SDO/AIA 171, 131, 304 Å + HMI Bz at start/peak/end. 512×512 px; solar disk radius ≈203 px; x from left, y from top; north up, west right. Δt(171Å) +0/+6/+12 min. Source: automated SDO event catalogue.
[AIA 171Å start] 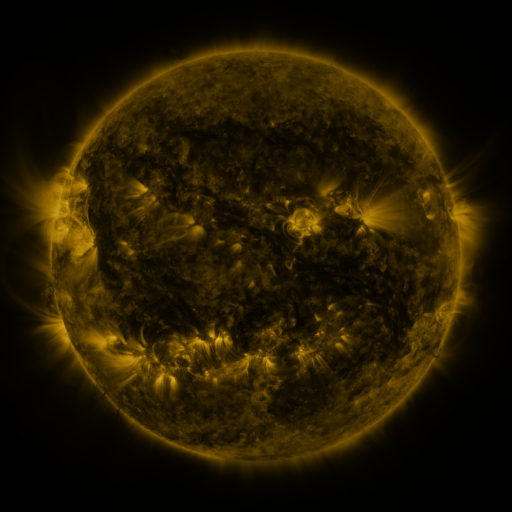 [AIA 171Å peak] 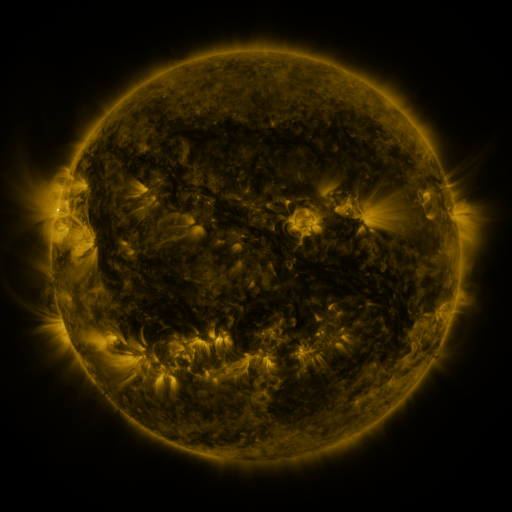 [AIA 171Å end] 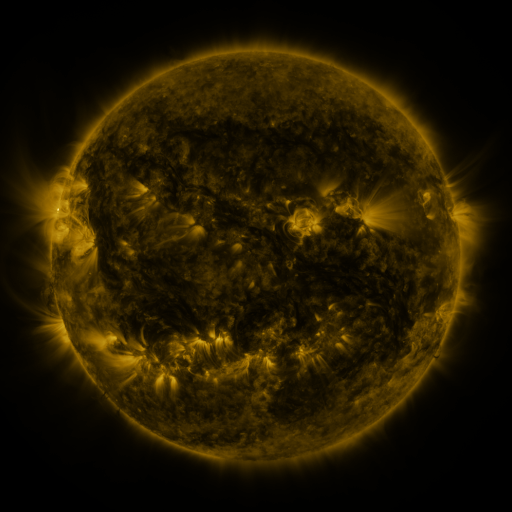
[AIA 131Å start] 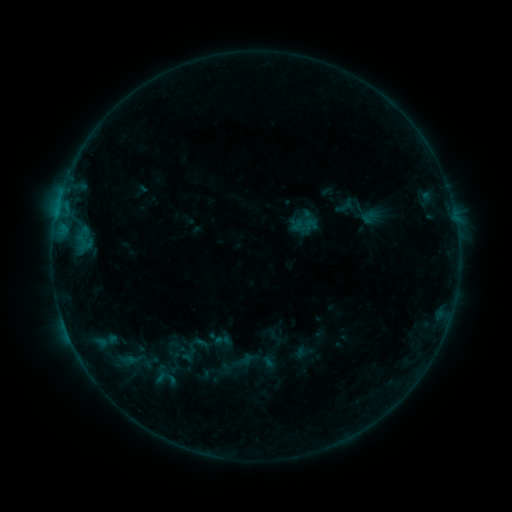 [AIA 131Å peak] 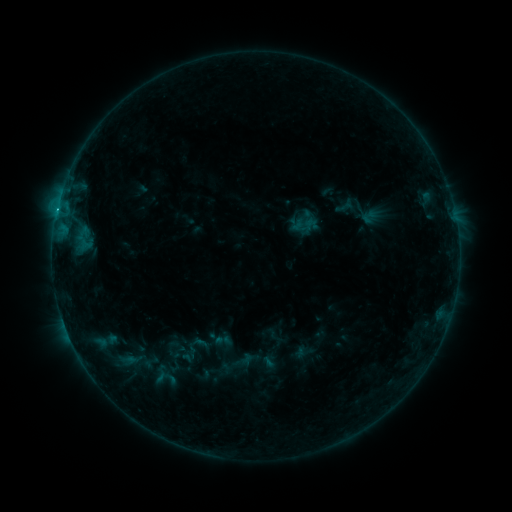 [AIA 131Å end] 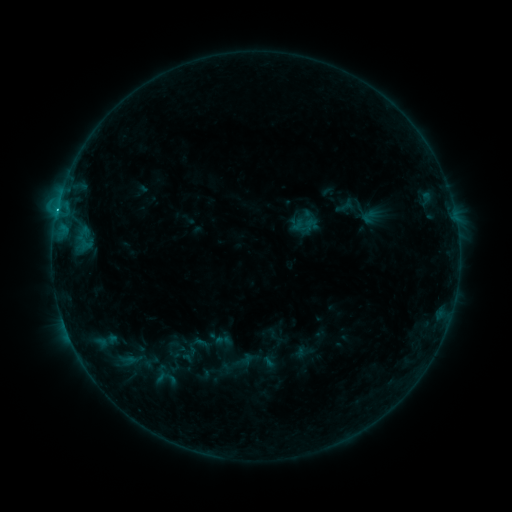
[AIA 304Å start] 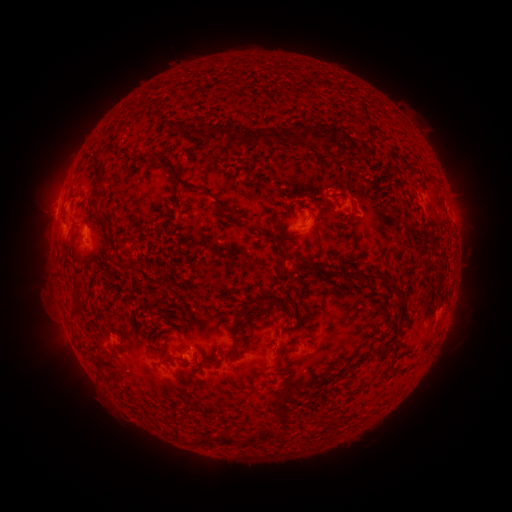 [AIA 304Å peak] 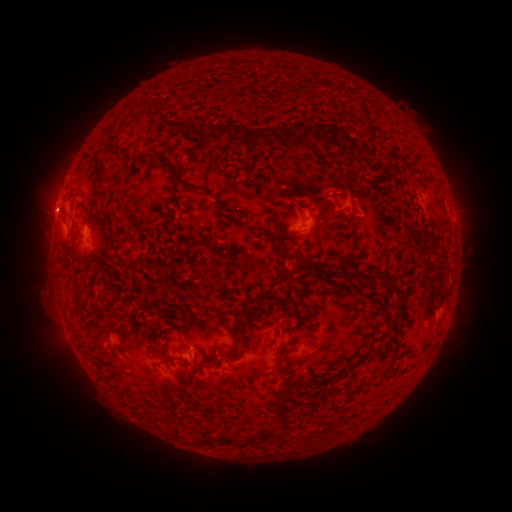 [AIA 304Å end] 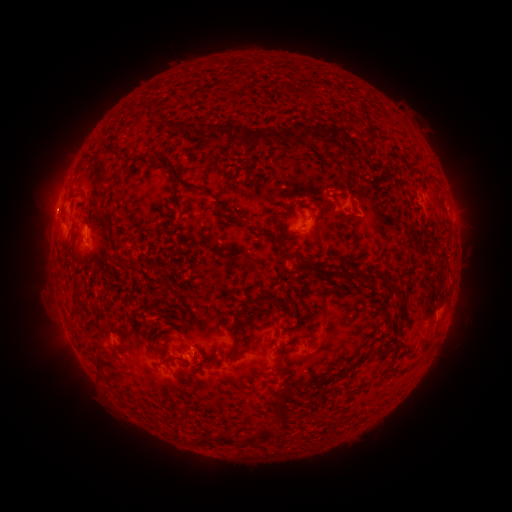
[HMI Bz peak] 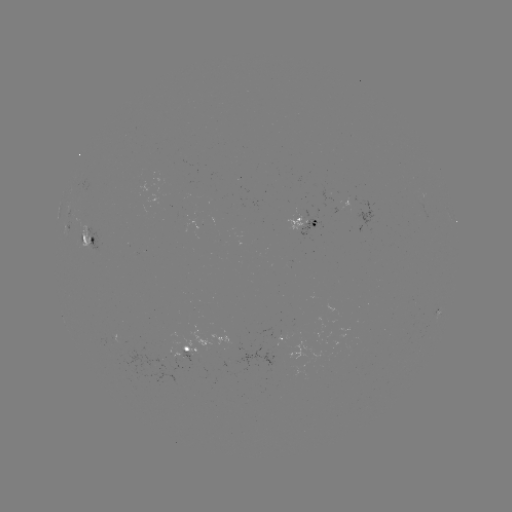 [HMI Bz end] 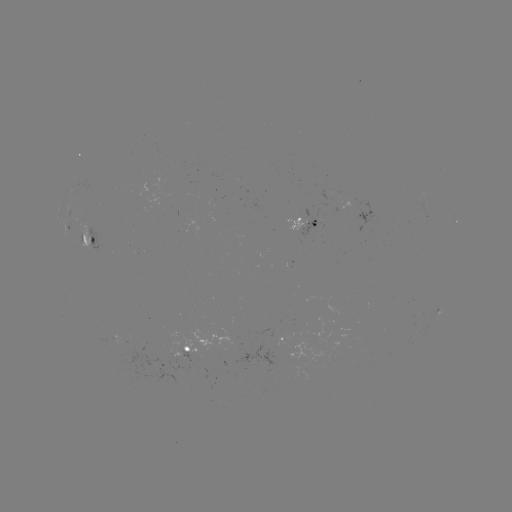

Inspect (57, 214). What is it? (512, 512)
B9.1 flare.